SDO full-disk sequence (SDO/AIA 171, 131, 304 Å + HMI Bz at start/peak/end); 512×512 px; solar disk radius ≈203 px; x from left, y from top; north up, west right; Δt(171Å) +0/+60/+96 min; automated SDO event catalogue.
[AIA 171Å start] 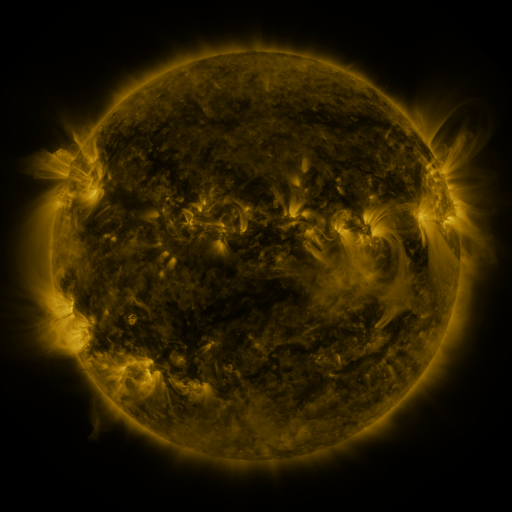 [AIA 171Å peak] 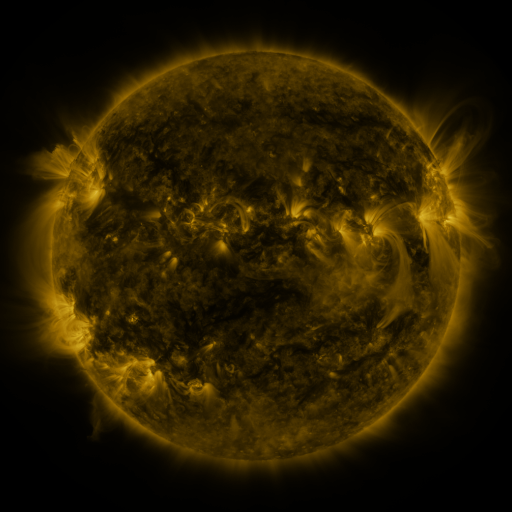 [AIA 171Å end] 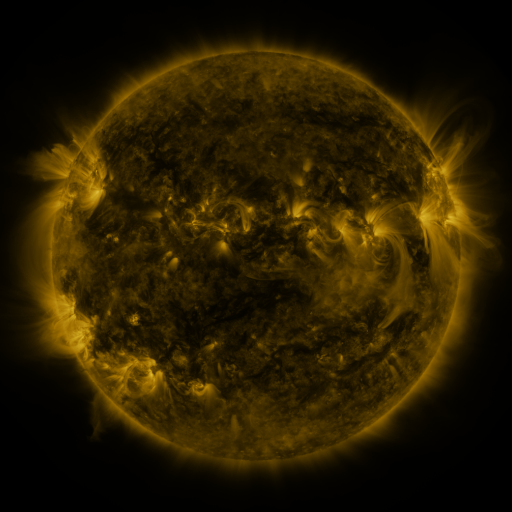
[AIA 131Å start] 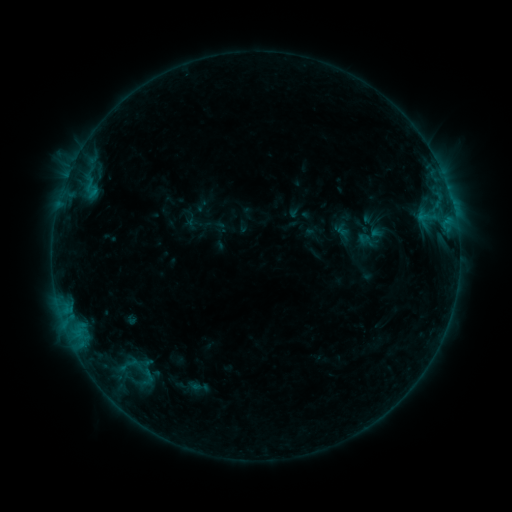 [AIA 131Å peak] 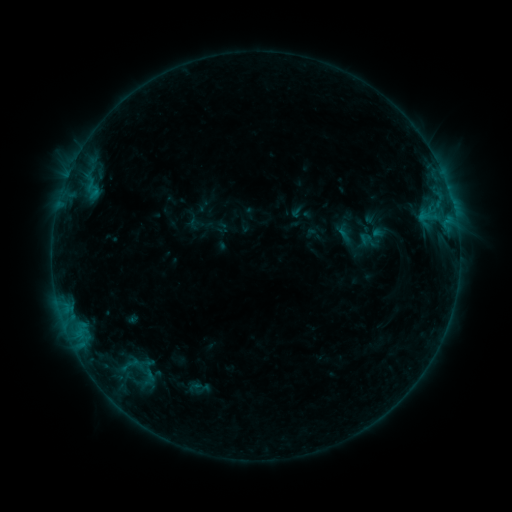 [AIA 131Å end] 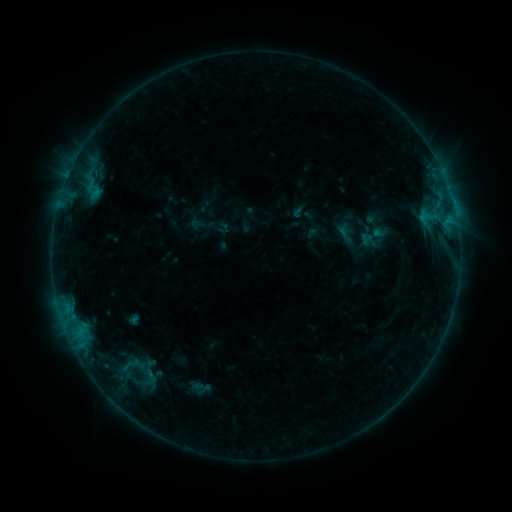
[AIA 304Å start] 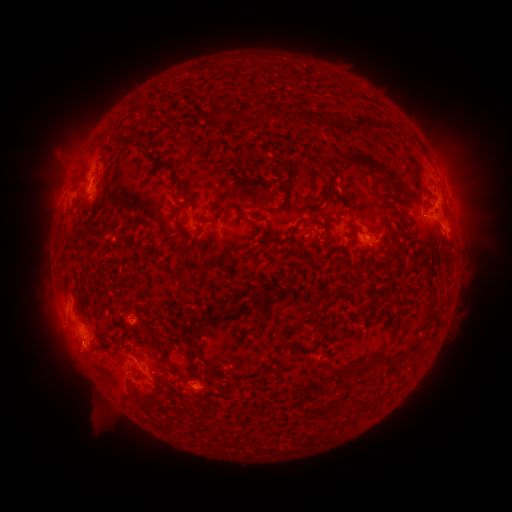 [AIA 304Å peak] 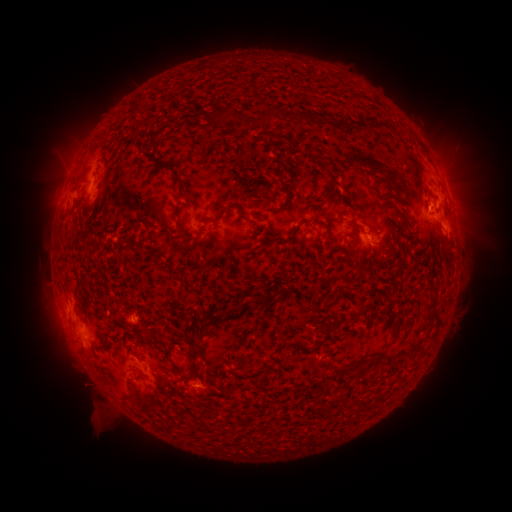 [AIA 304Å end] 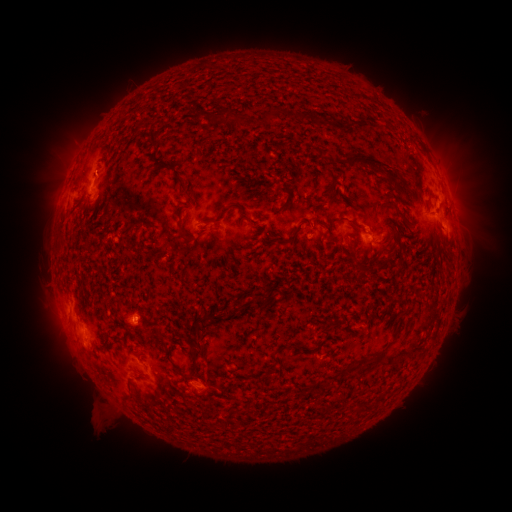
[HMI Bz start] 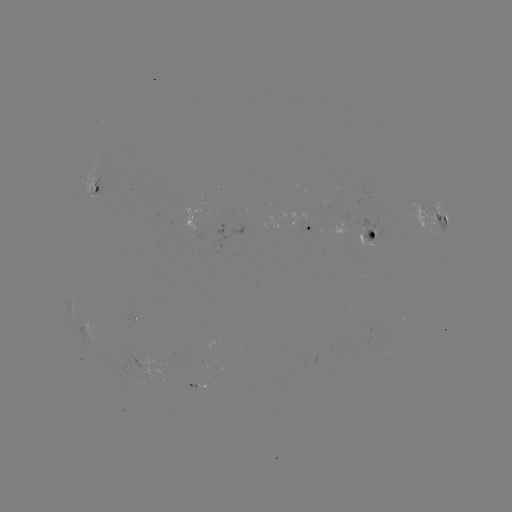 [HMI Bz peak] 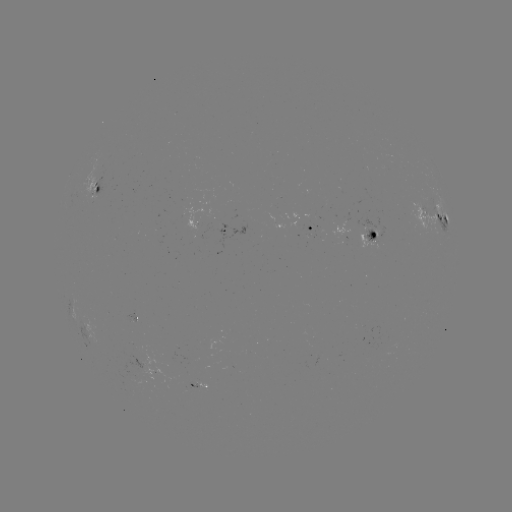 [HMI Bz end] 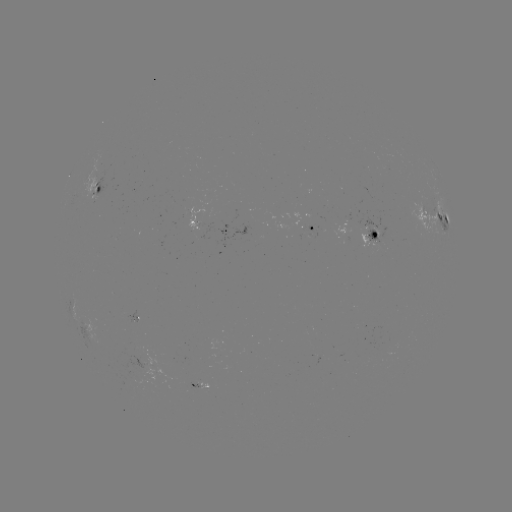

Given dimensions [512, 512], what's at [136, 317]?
emerging-flux region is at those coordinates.